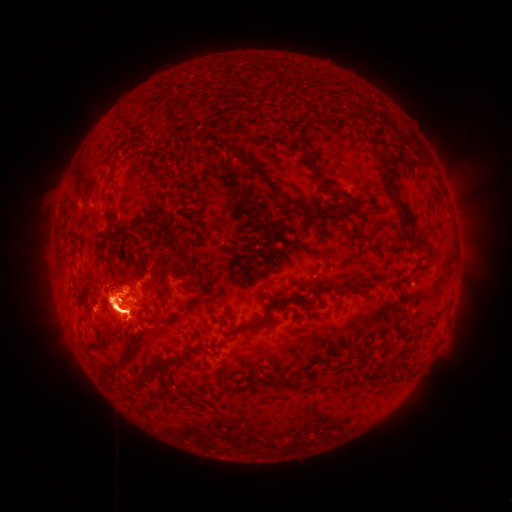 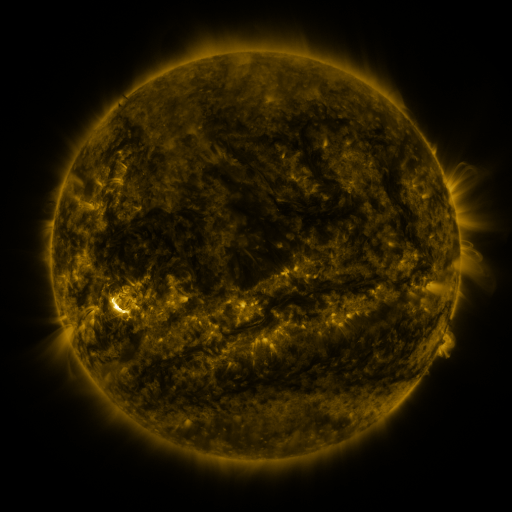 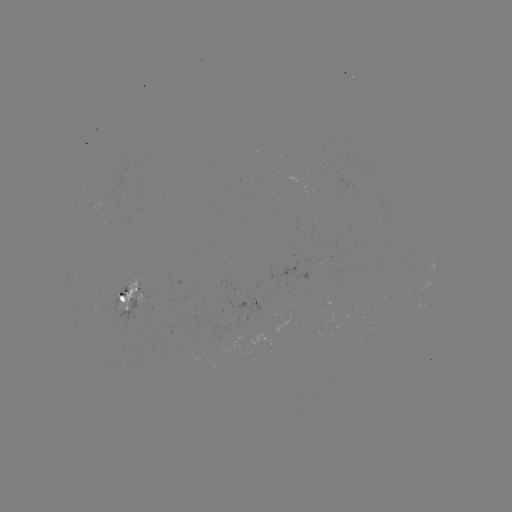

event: spotted active region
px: (132, 292)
